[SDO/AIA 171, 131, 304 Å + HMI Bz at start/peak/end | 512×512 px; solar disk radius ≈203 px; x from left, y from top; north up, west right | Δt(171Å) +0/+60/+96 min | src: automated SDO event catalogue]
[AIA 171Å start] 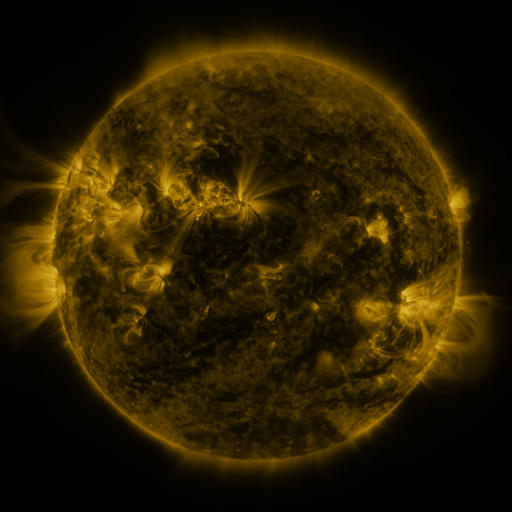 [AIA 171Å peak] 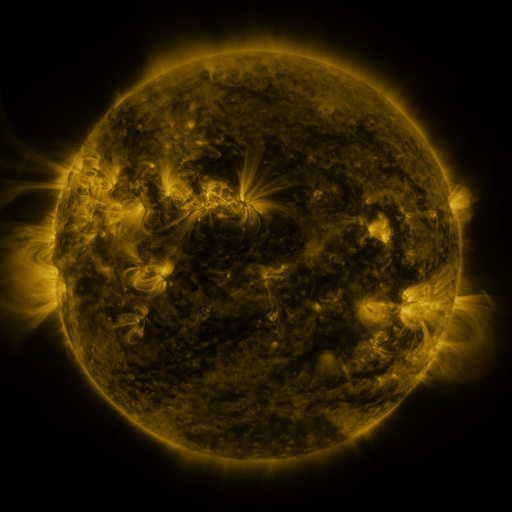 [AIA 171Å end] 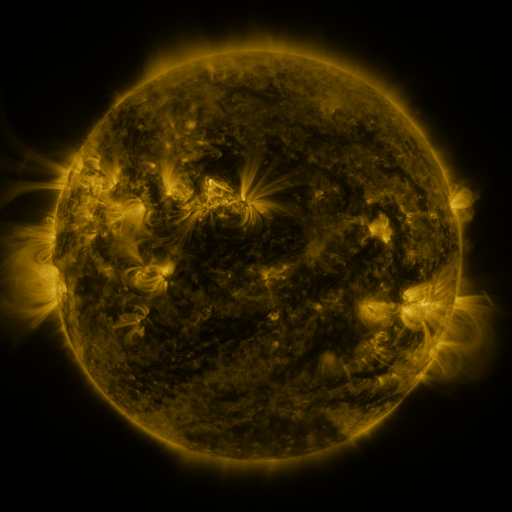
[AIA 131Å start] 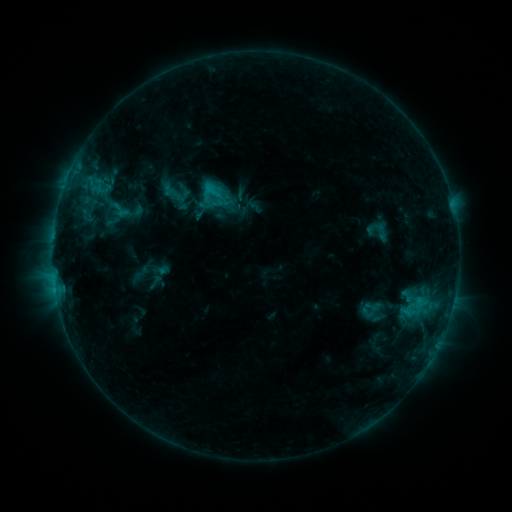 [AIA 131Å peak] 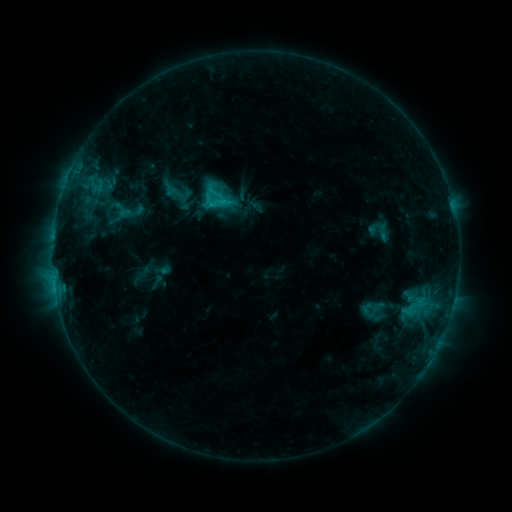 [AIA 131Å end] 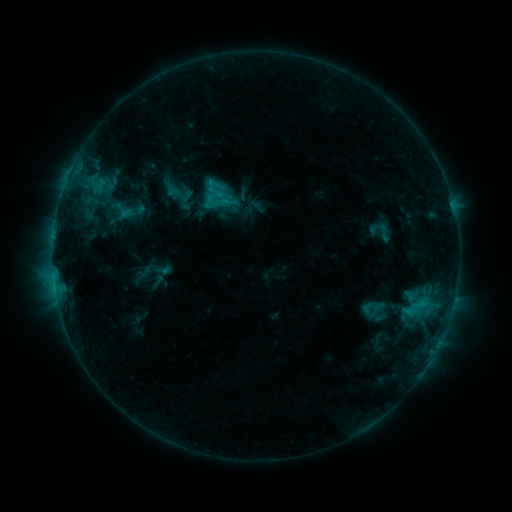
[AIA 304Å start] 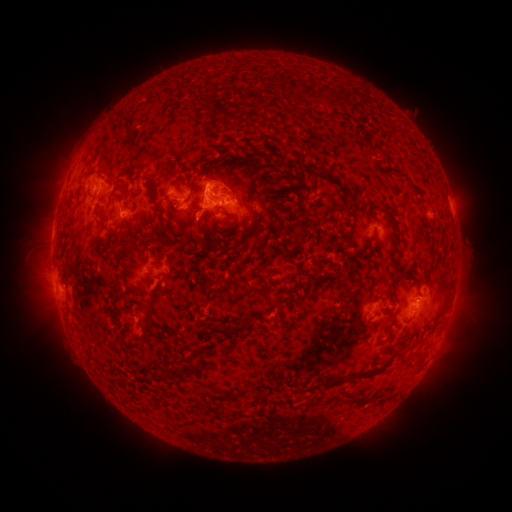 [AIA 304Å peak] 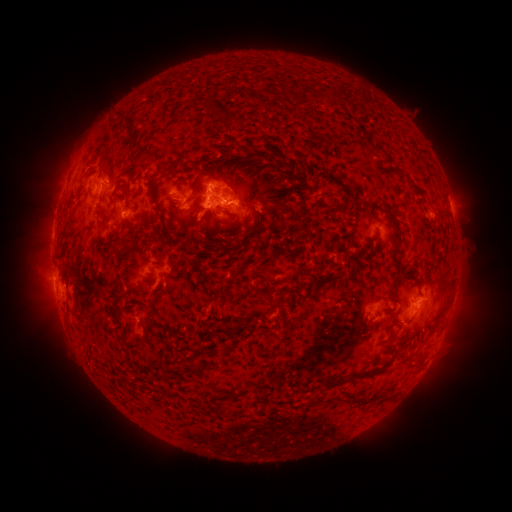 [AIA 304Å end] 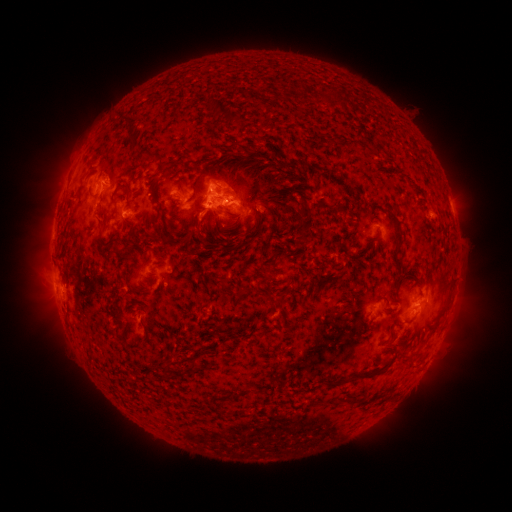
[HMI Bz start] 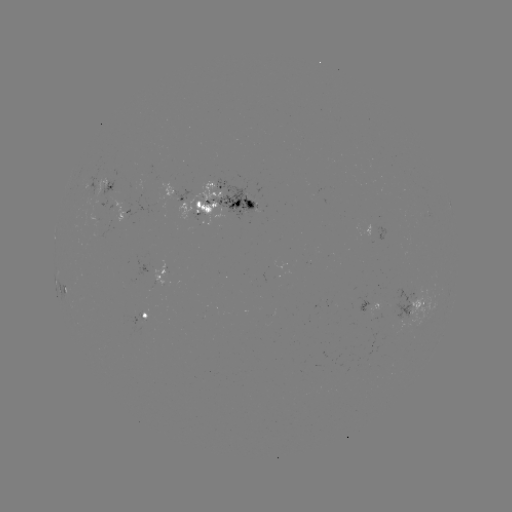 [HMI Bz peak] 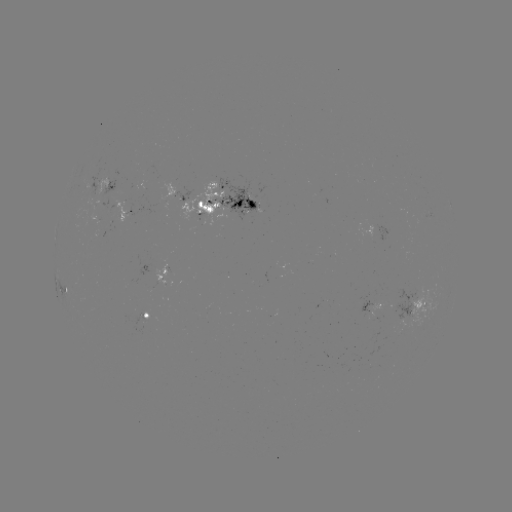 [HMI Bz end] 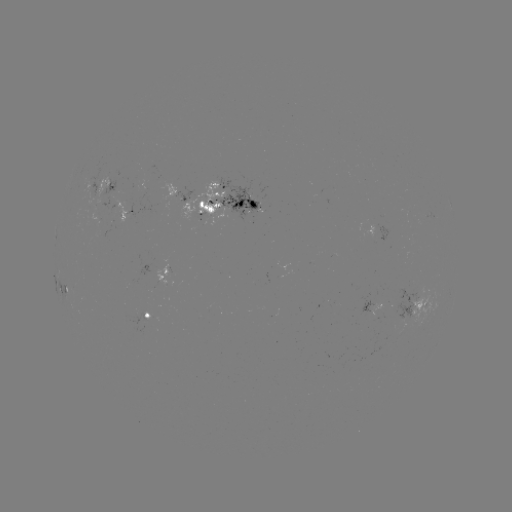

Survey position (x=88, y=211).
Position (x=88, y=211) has emerging-flux region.